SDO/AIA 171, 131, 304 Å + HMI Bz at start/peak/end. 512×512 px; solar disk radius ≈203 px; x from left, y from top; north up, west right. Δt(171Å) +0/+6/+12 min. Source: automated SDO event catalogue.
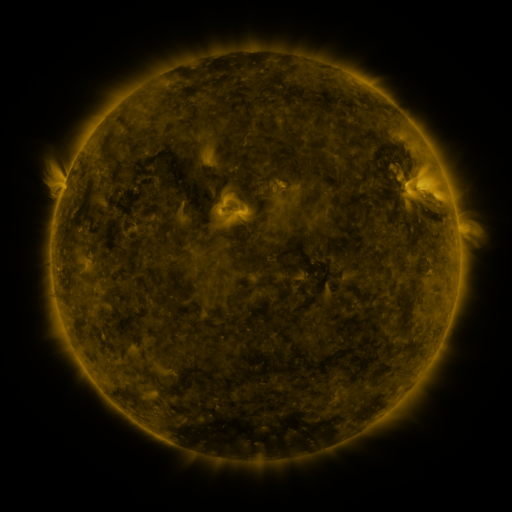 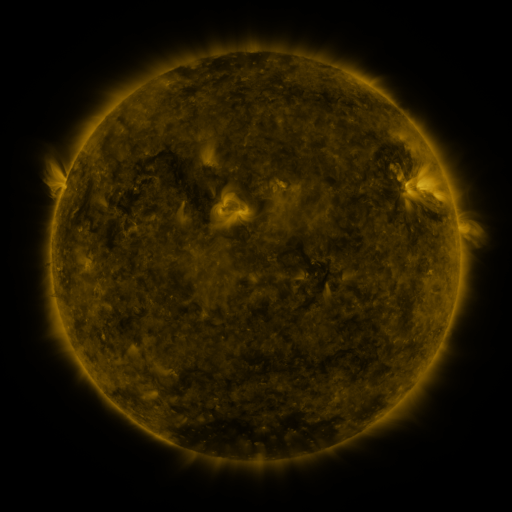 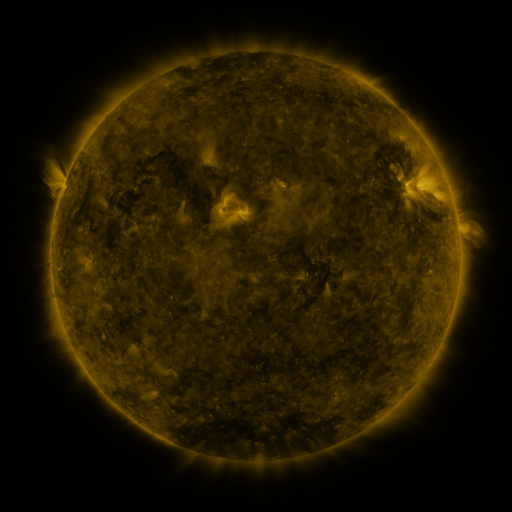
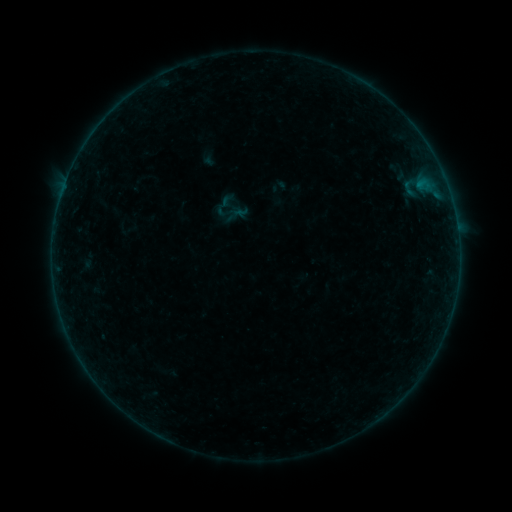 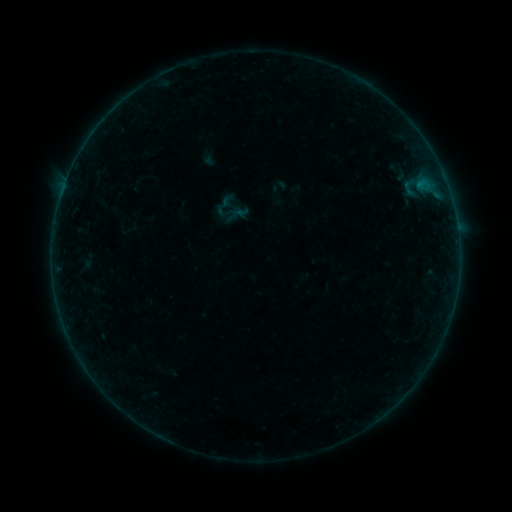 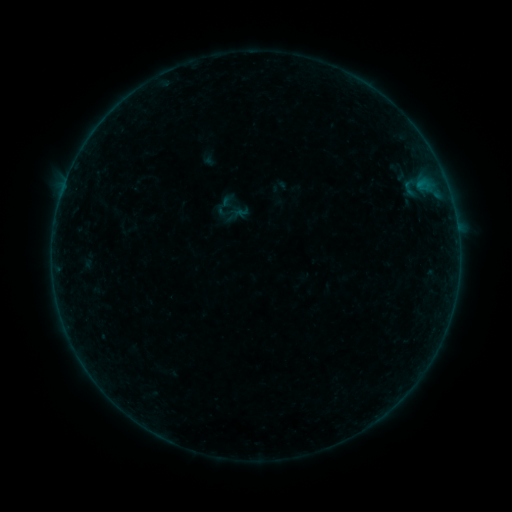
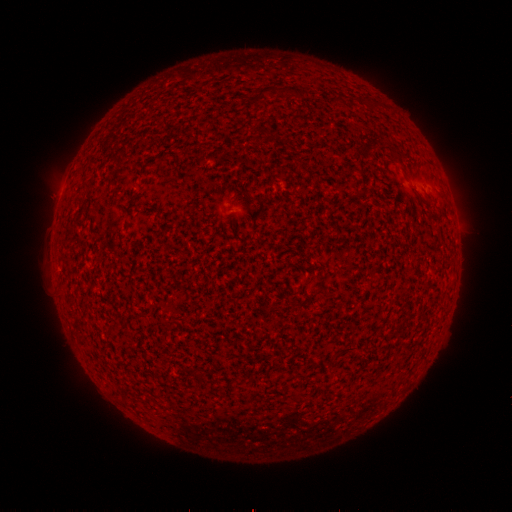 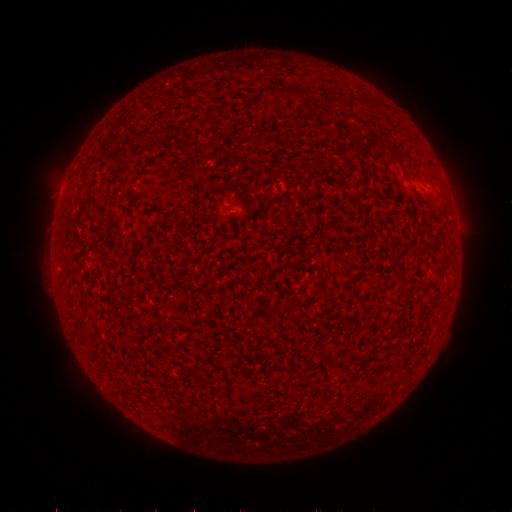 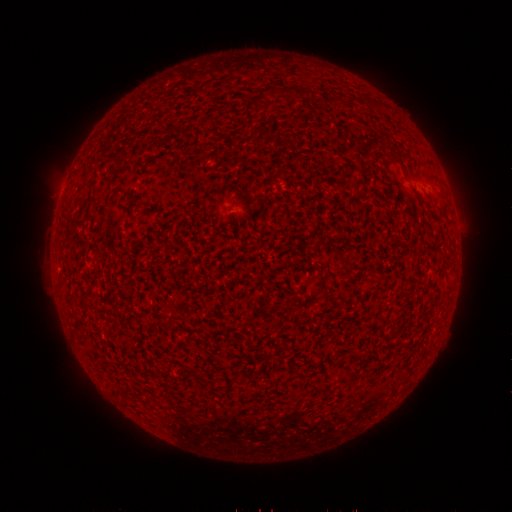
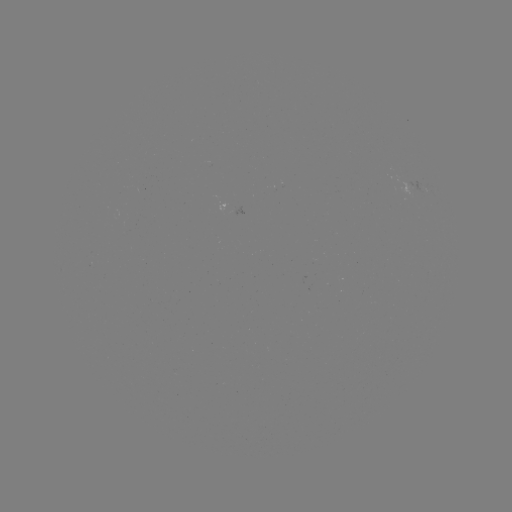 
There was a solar flare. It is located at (54, 280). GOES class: B1.9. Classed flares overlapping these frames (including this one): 1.